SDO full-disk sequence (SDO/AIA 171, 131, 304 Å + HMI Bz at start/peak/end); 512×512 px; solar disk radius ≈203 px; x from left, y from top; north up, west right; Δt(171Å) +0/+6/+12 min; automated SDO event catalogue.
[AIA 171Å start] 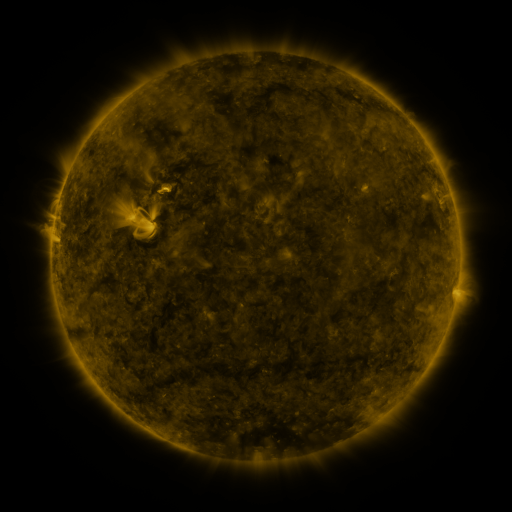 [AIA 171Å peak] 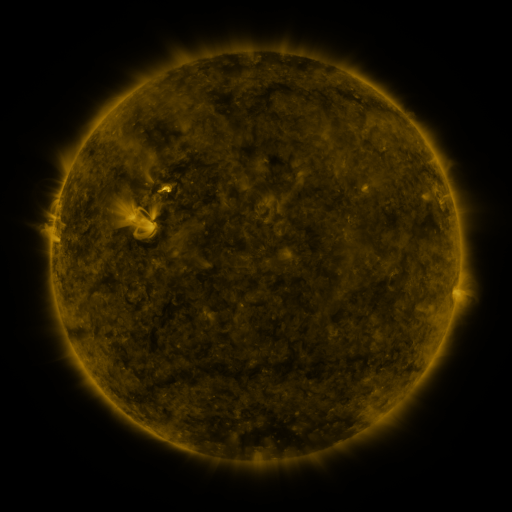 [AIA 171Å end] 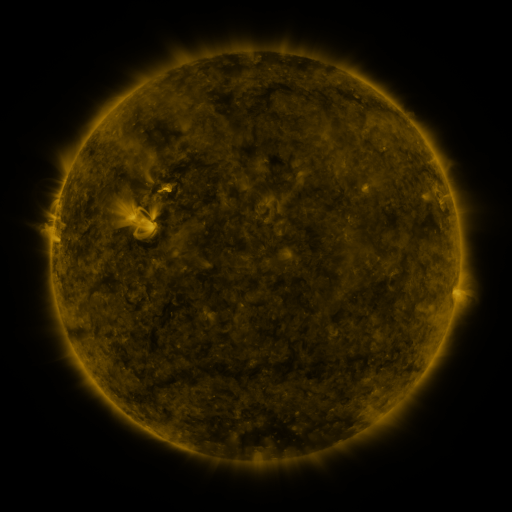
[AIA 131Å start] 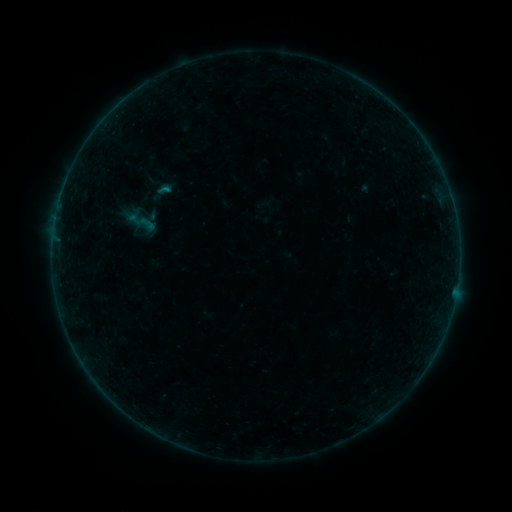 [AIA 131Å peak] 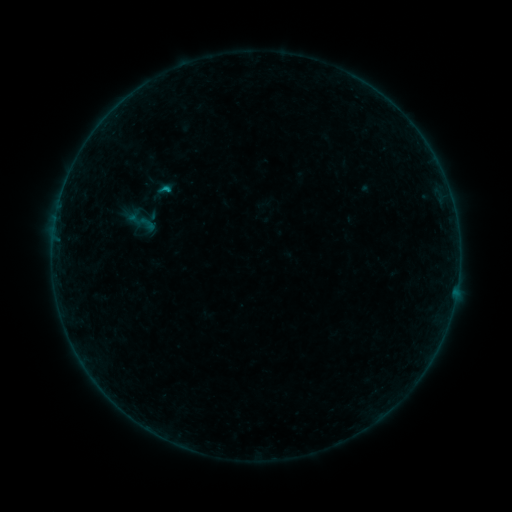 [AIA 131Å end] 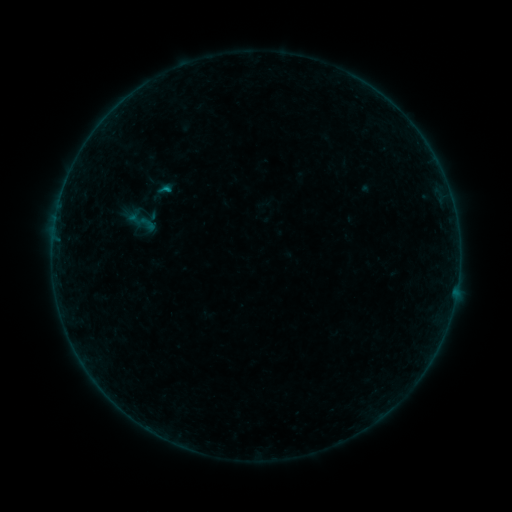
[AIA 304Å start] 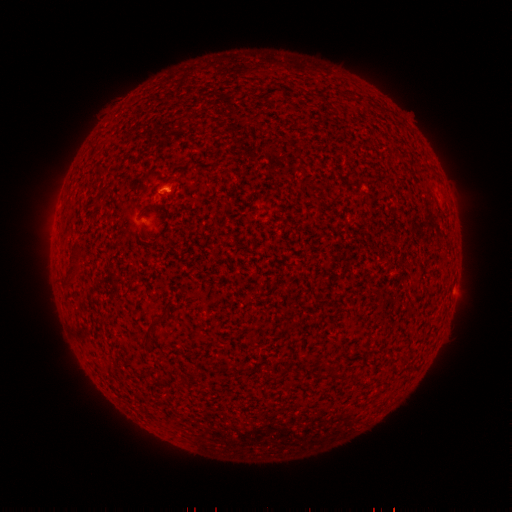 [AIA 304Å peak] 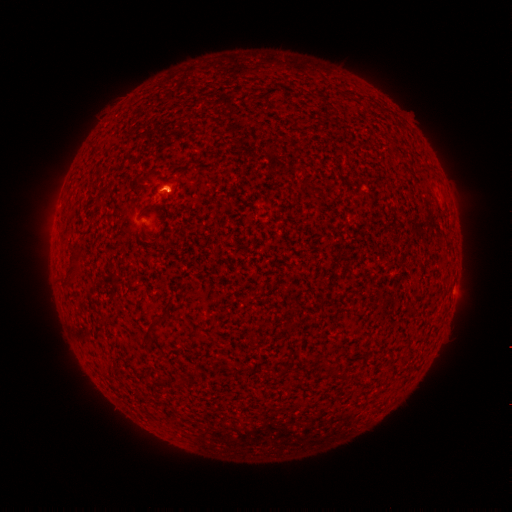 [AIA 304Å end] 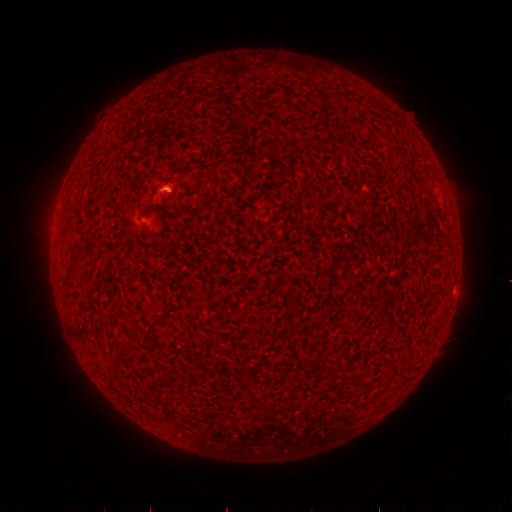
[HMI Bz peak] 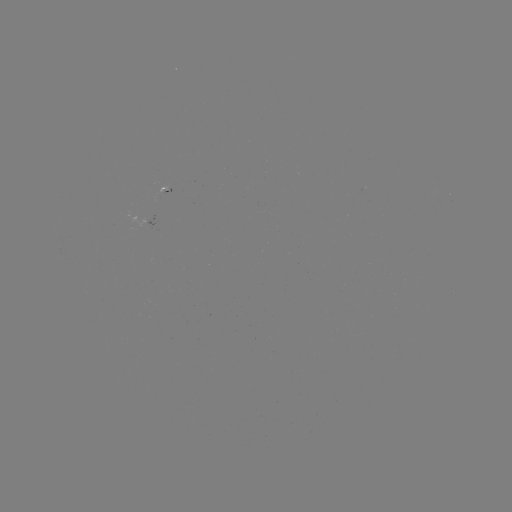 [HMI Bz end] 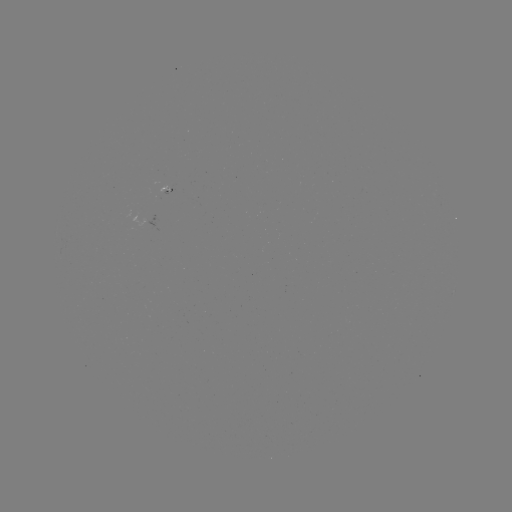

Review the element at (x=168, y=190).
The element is B2.7 flare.